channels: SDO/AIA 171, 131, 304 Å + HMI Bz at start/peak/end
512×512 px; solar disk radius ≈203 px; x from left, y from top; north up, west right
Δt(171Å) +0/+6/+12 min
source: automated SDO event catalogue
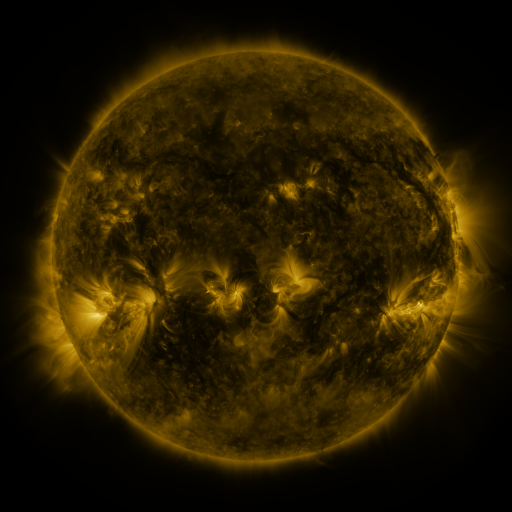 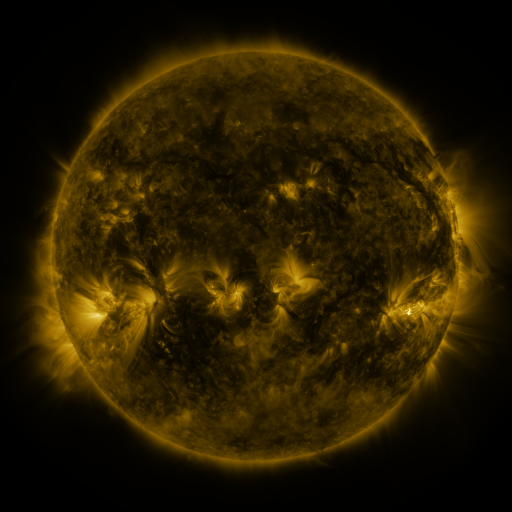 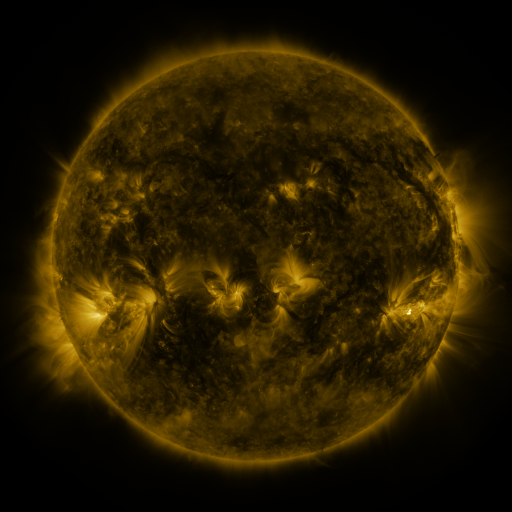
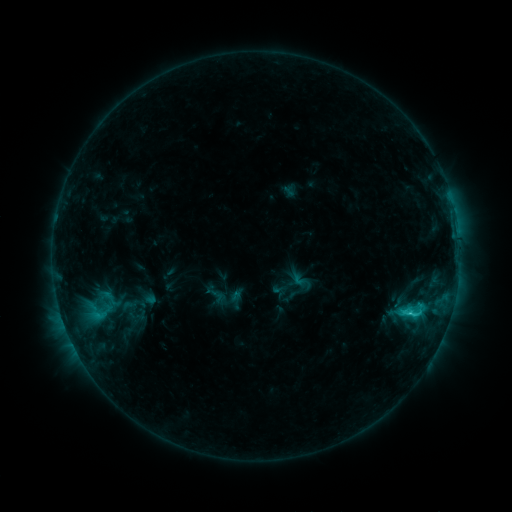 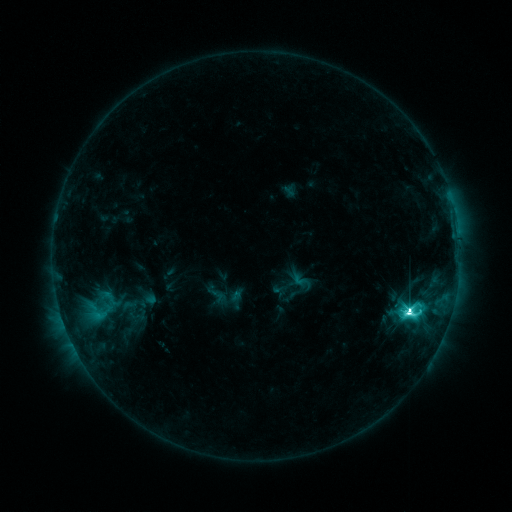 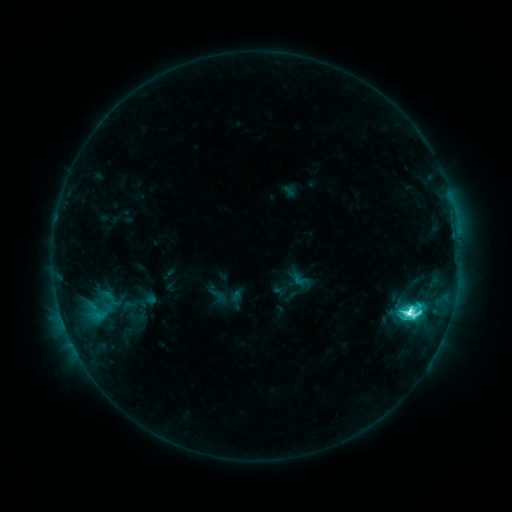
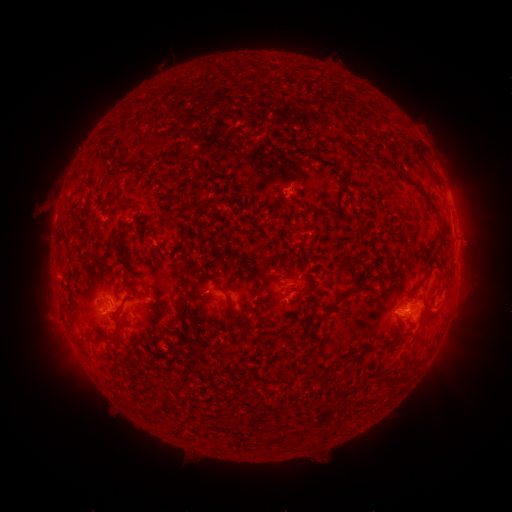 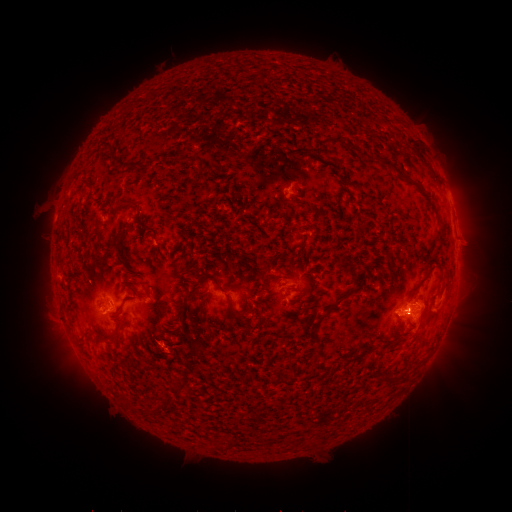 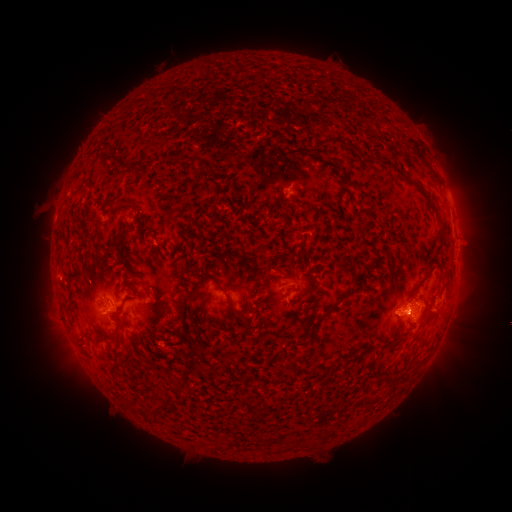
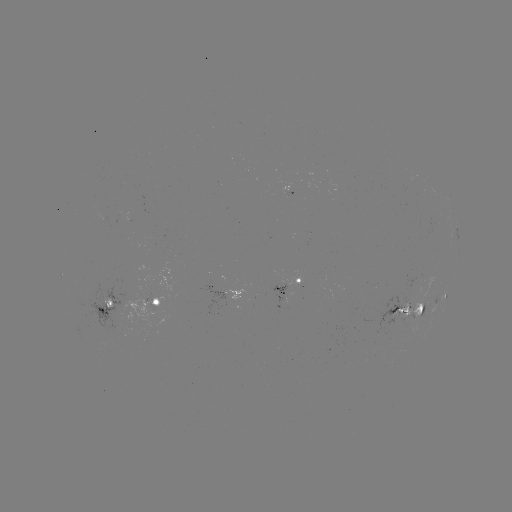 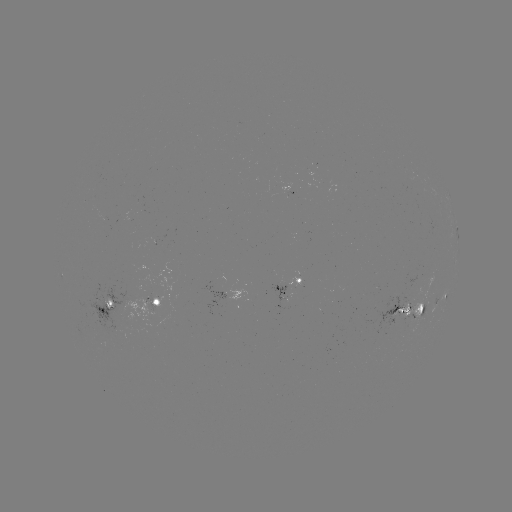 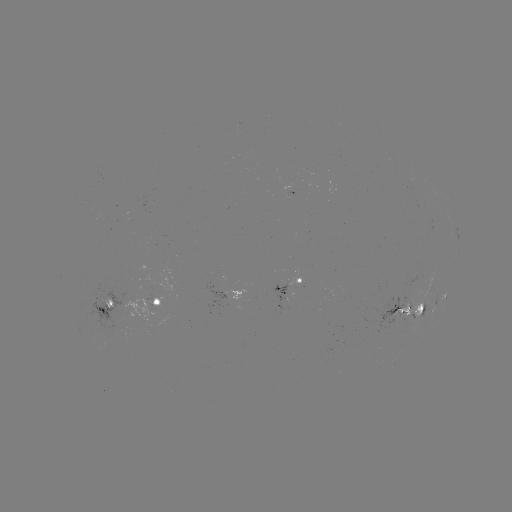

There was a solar flare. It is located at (407, 311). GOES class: M1.9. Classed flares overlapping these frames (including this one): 1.